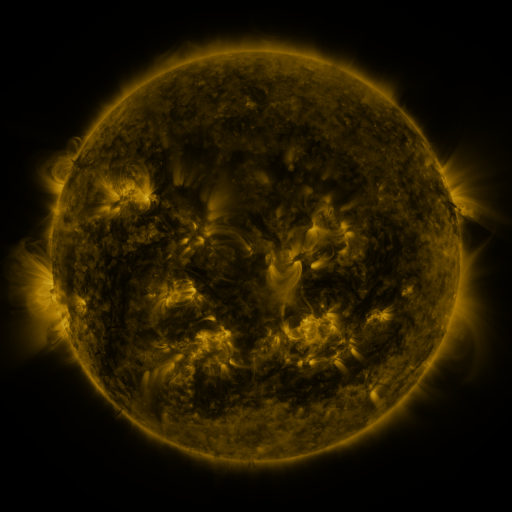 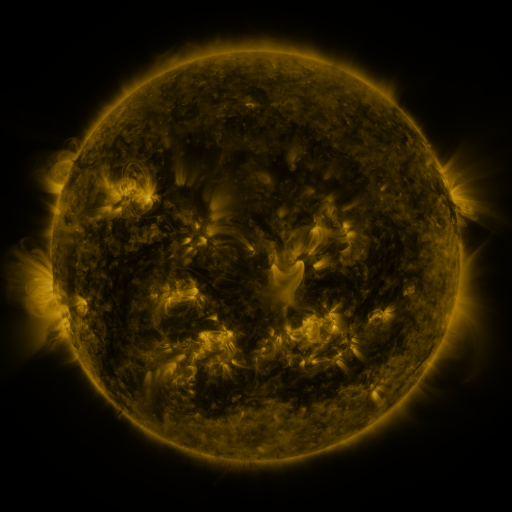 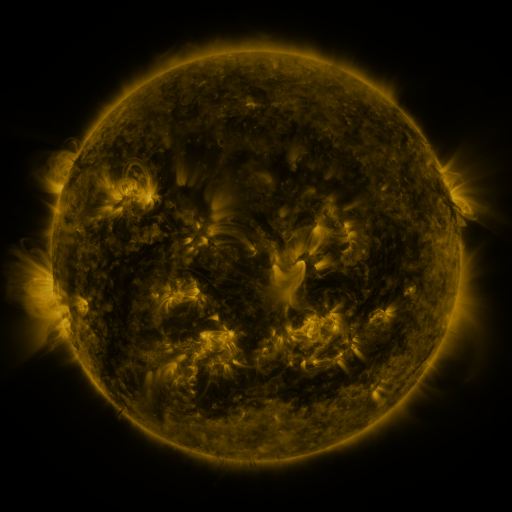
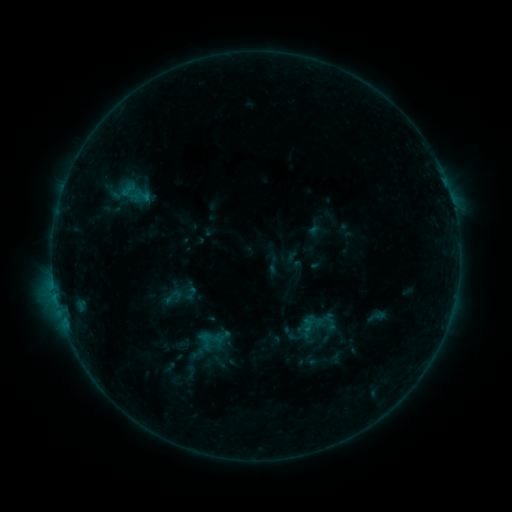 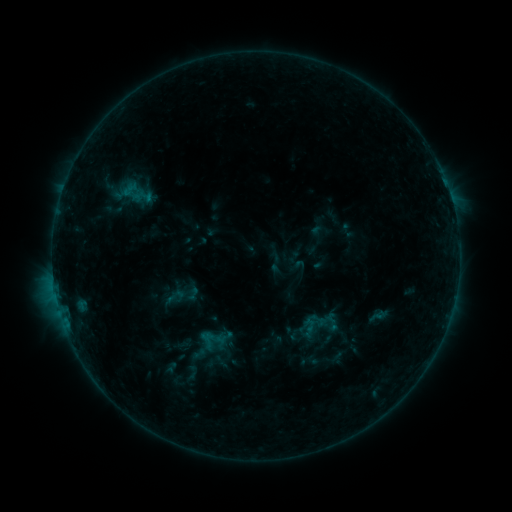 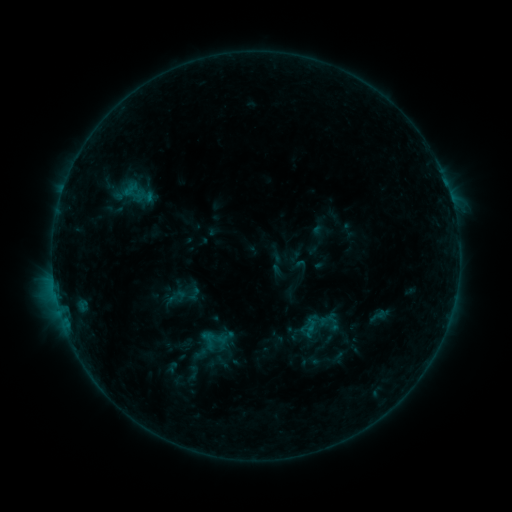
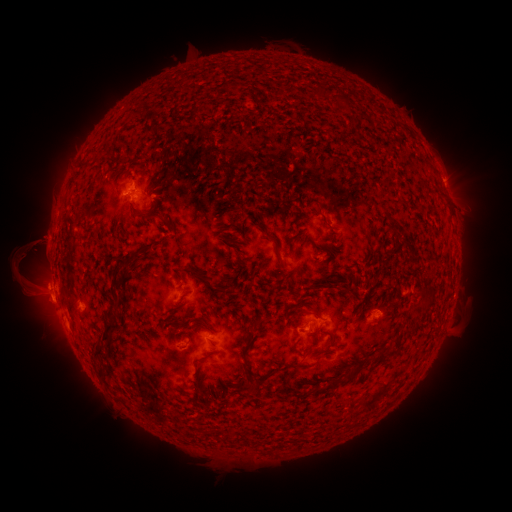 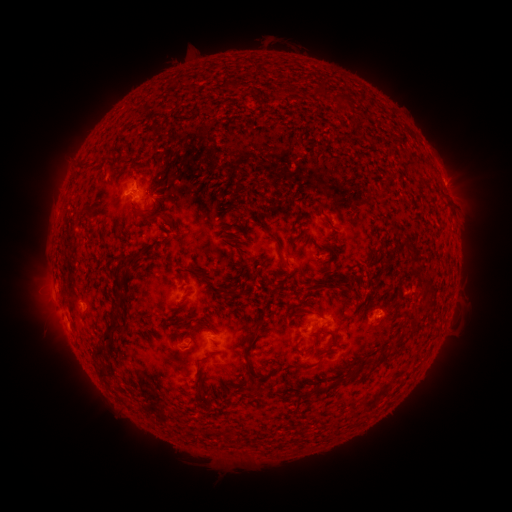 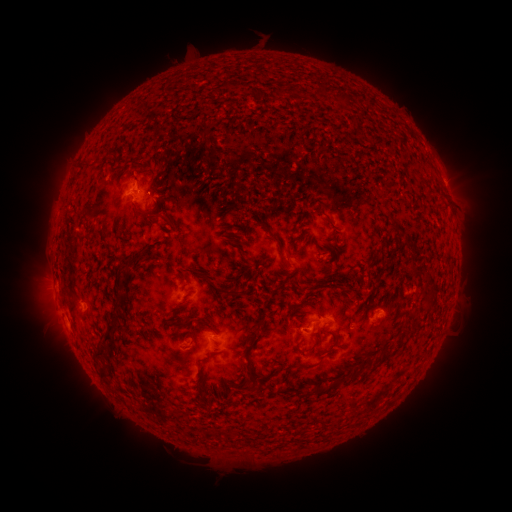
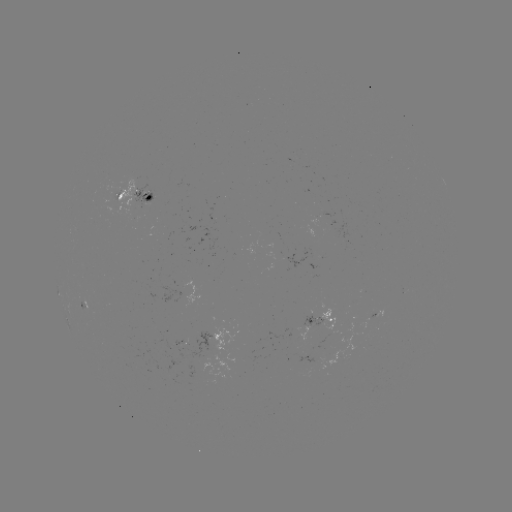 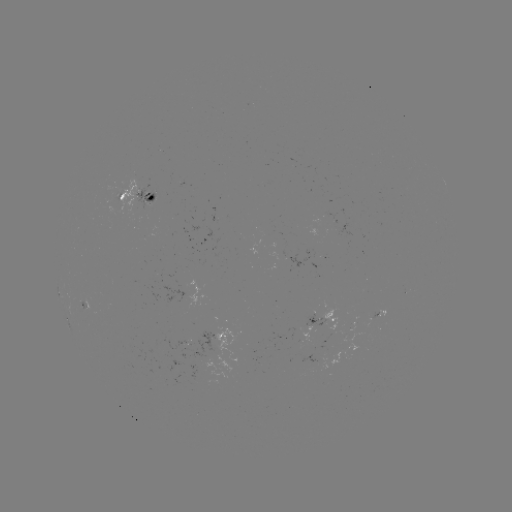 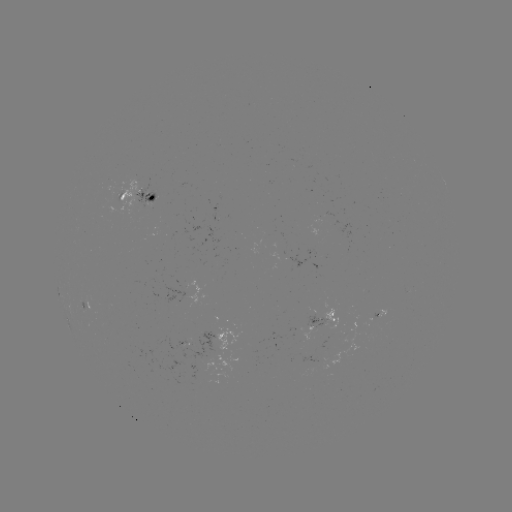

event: emerging-flux region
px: (310, 256)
